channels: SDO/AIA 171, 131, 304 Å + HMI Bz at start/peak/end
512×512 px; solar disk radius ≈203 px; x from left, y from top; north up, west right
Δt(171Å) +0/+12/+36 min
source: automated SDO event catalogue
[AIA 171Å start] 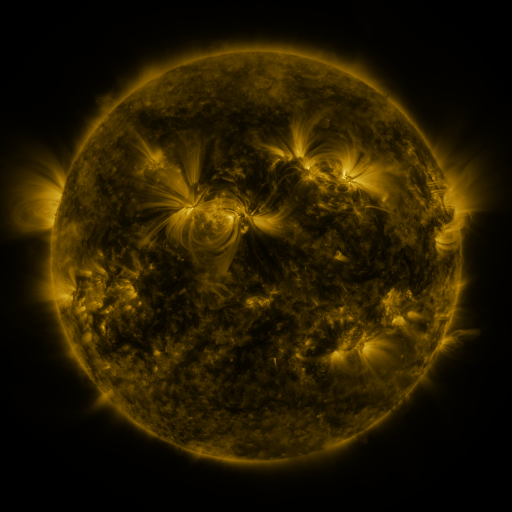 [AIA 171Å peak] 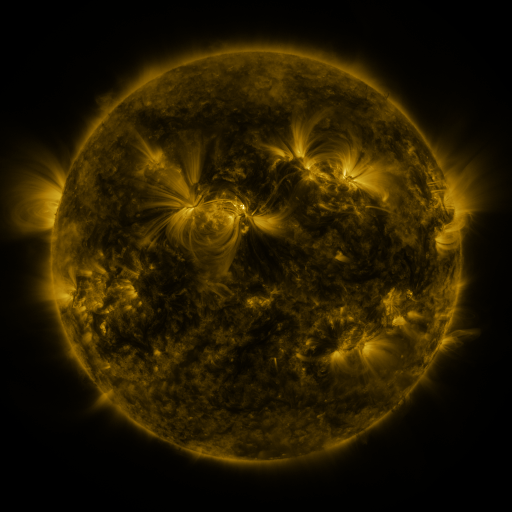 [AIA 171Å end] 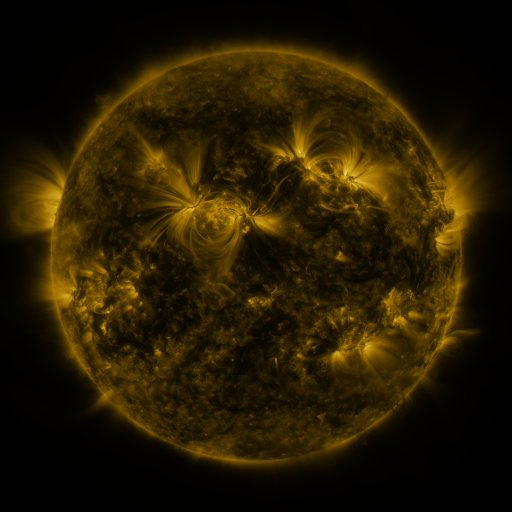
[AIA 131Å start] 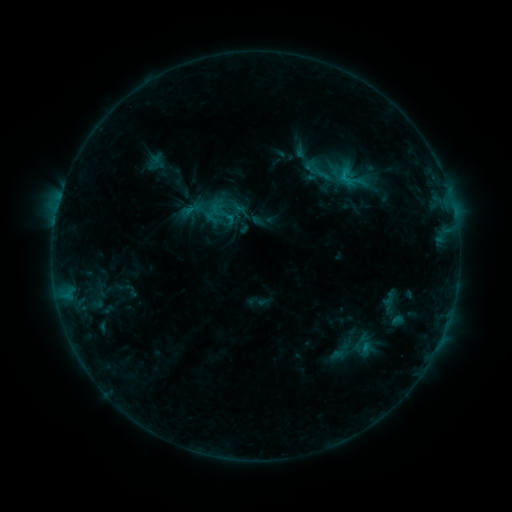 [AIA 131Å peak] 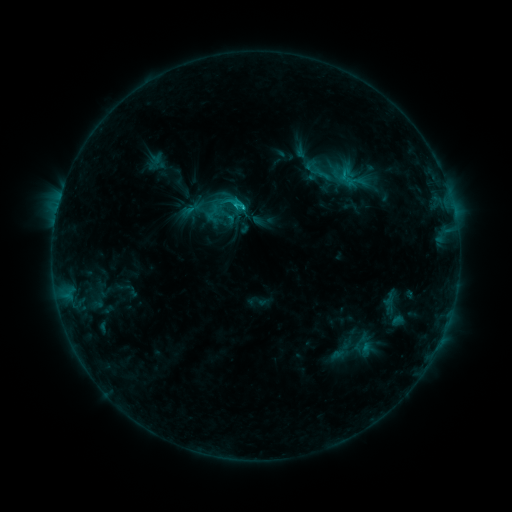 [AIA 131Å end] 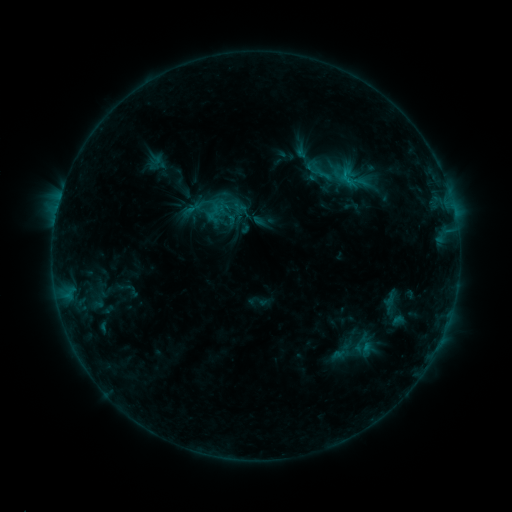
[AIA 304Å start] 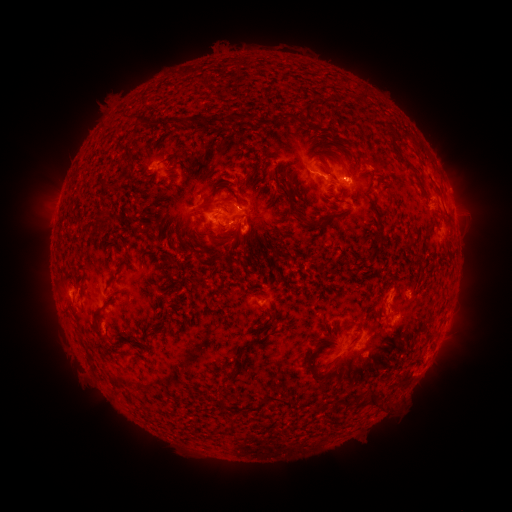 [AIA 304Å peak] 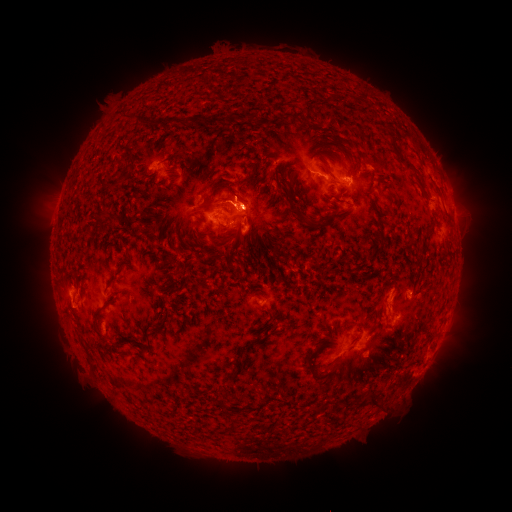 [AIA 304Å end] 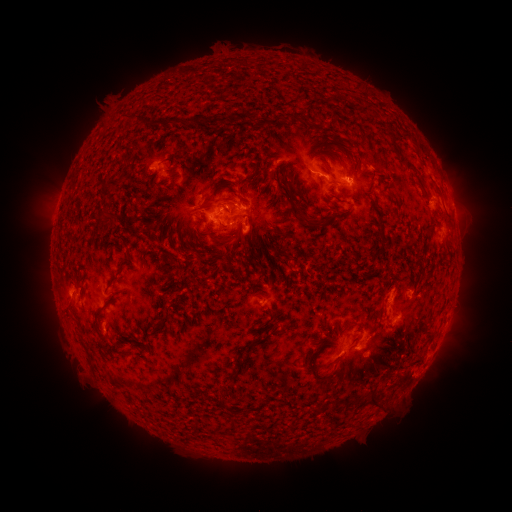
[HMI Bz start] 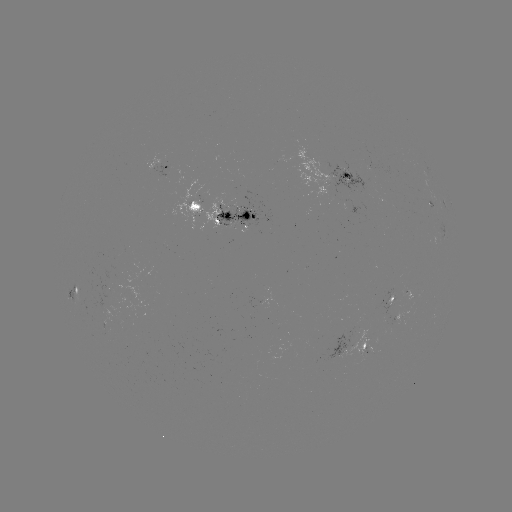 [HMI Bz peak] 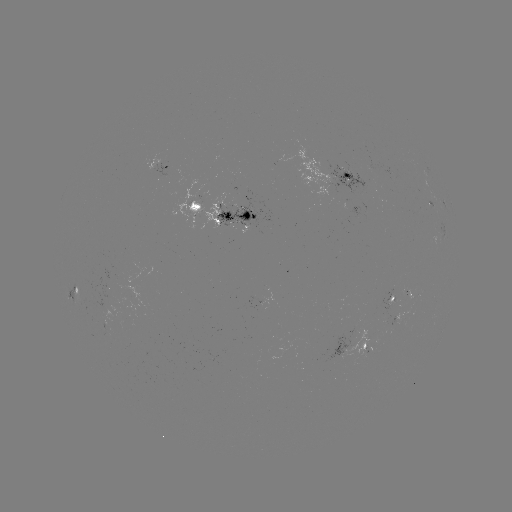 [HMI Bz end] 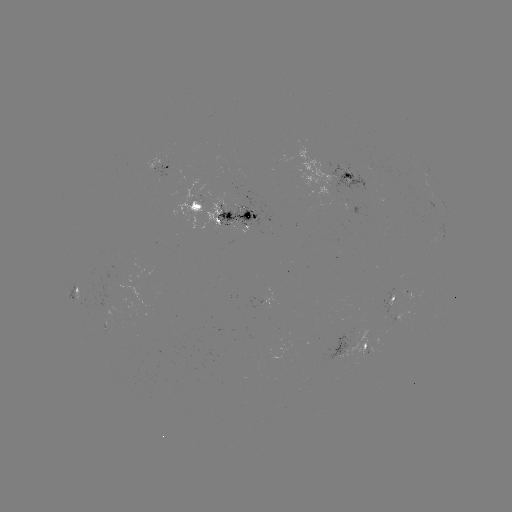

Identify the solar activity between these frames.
C1.9 flare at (245, 208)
